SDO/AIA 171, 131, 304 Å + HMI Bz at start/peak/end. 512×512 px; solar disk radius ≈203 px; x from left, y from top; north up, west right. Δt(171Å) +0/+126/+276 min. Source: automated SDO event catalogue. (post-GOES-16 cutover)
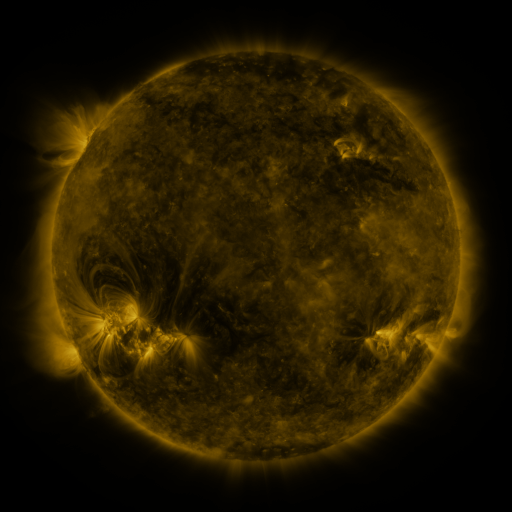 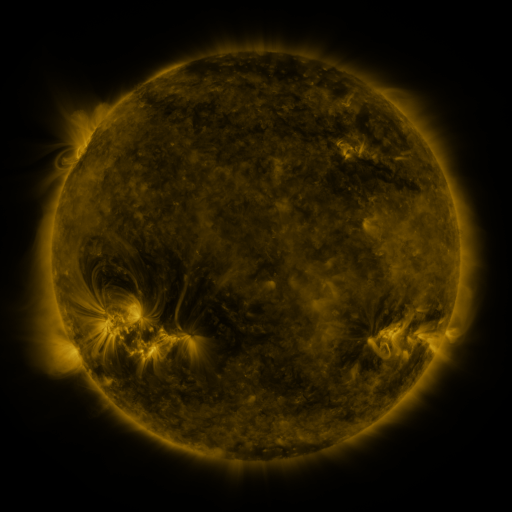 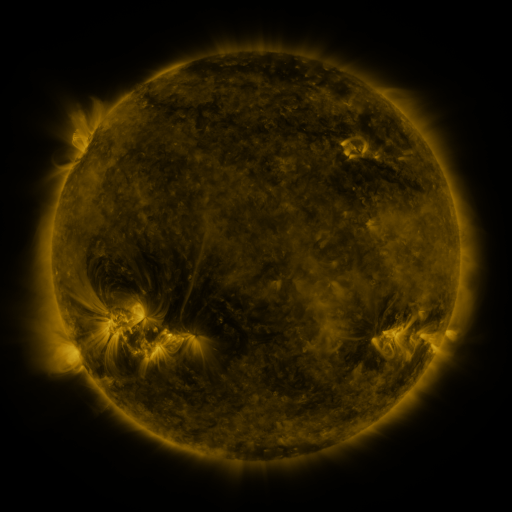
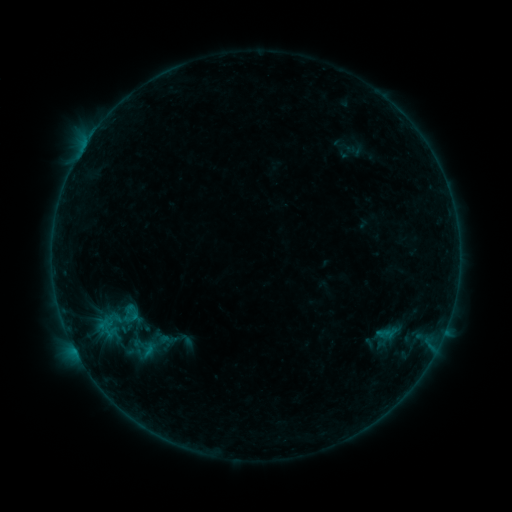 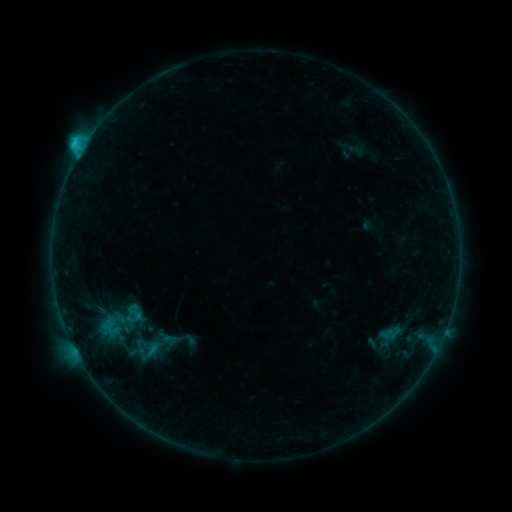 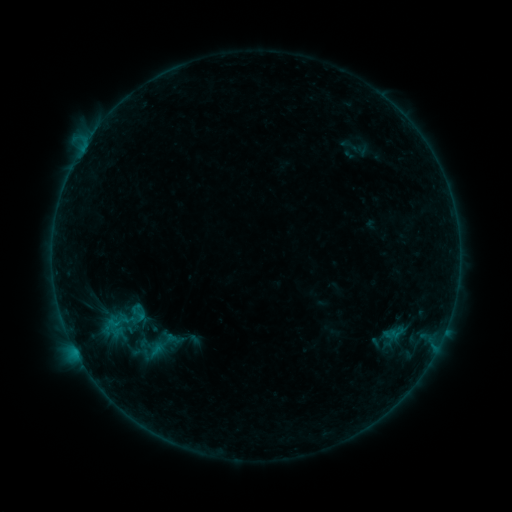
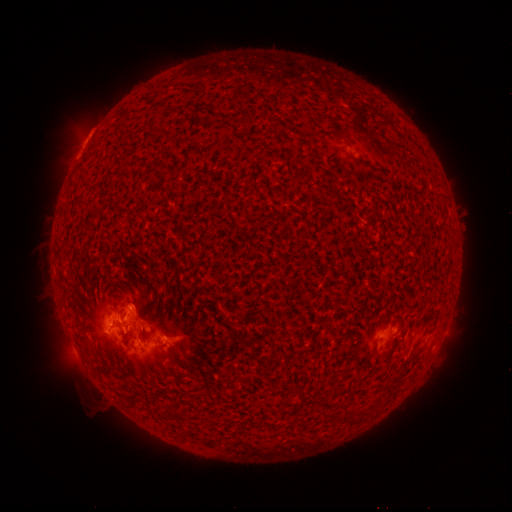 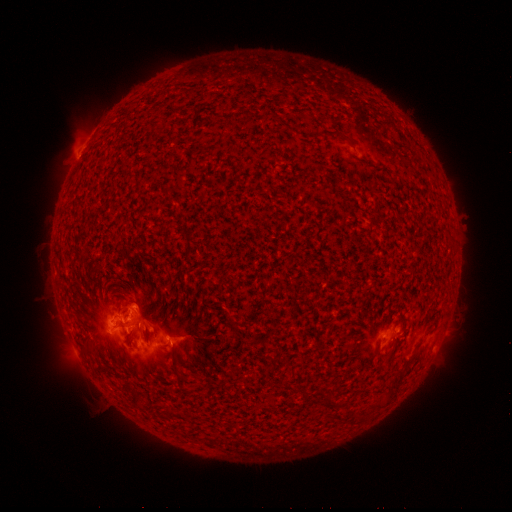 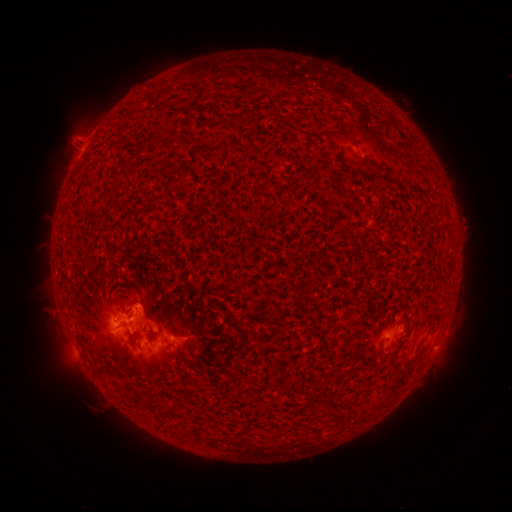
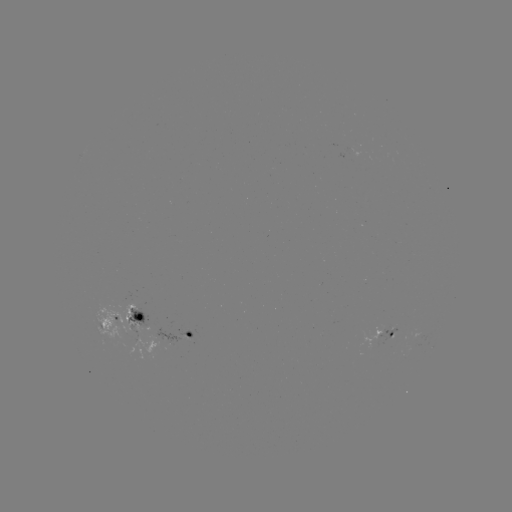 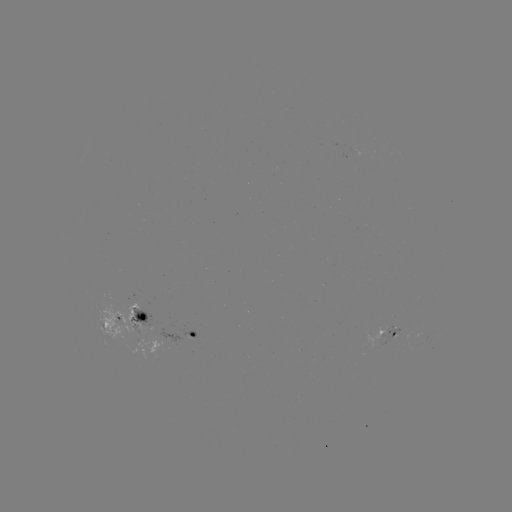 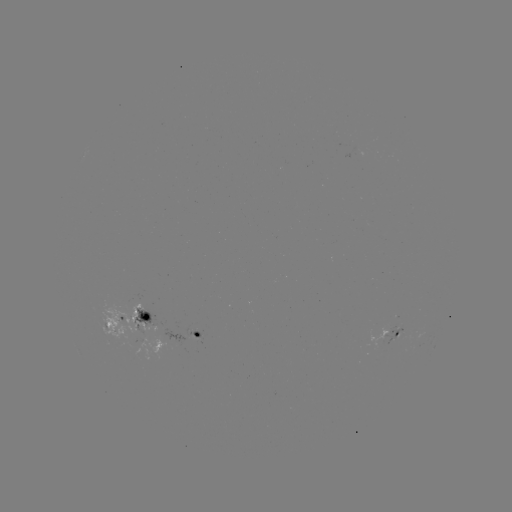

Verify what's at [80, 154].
C2.6 flare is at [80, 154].